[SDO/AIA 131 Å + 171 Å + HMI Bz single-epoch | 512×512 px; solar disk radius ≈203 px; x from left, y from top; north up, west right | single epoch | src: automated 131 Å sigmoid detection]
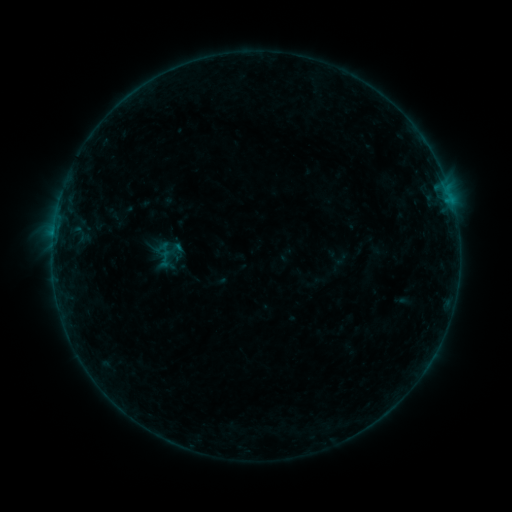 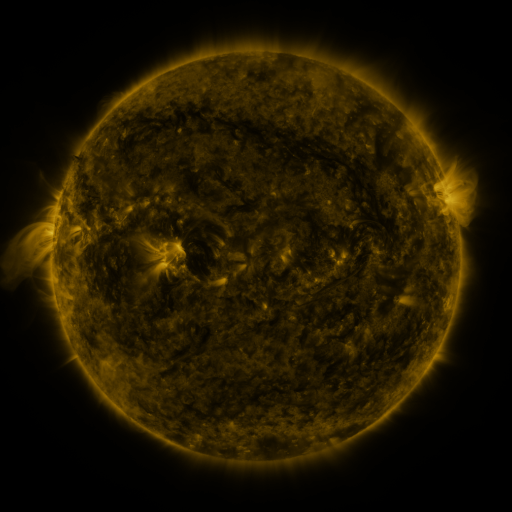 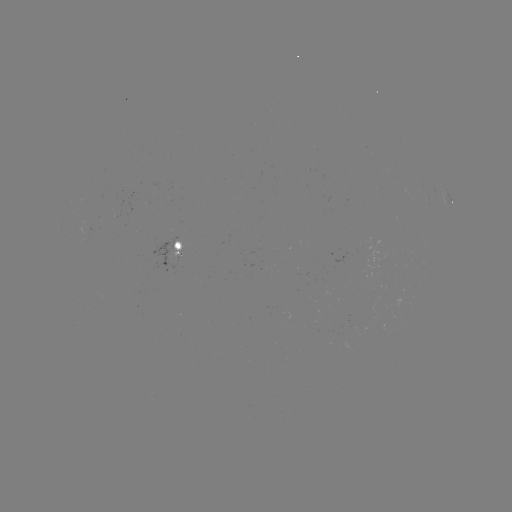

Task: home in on sigmoid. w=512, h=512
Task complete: (166, 258).